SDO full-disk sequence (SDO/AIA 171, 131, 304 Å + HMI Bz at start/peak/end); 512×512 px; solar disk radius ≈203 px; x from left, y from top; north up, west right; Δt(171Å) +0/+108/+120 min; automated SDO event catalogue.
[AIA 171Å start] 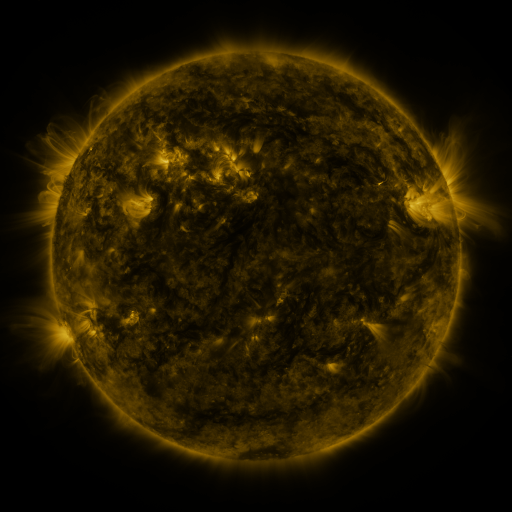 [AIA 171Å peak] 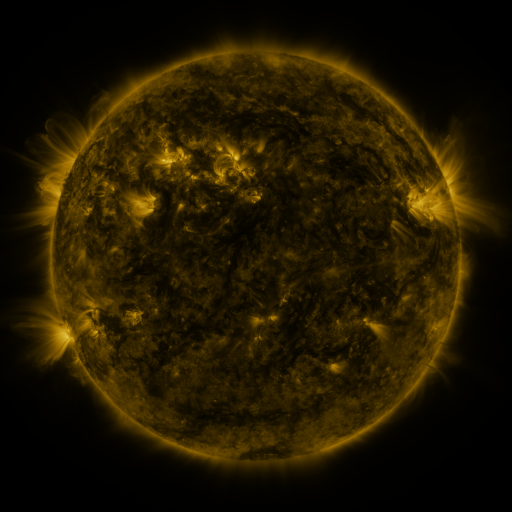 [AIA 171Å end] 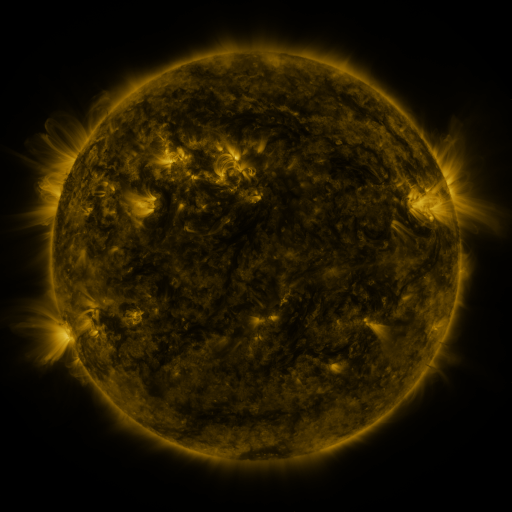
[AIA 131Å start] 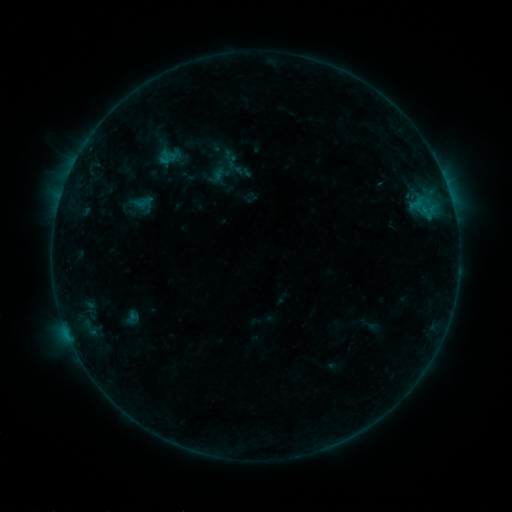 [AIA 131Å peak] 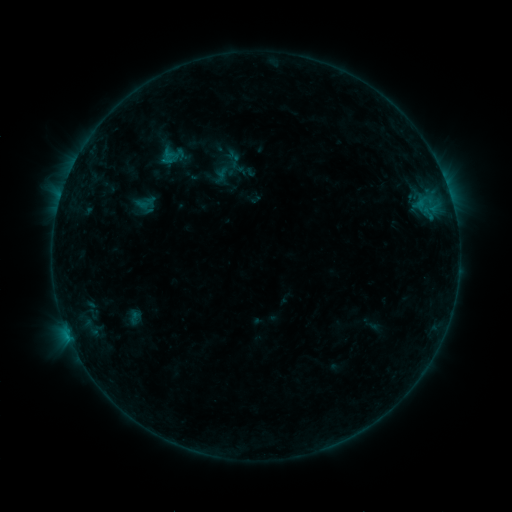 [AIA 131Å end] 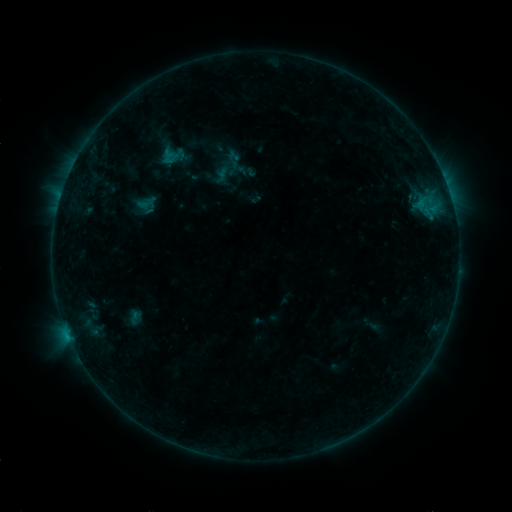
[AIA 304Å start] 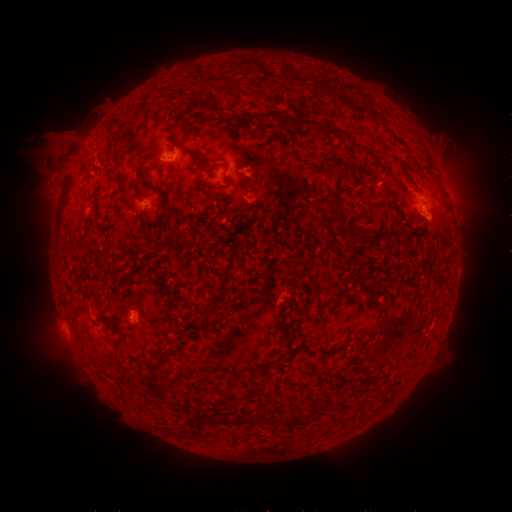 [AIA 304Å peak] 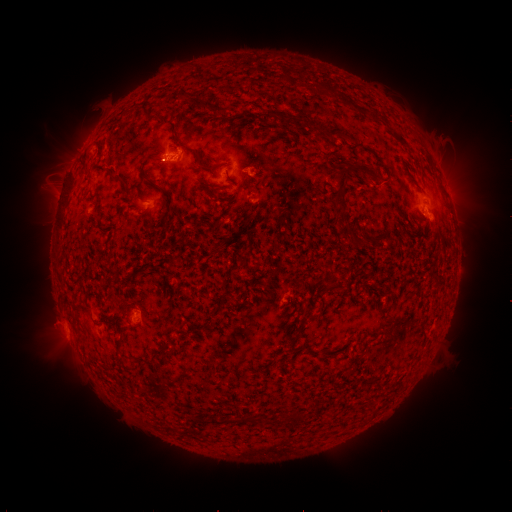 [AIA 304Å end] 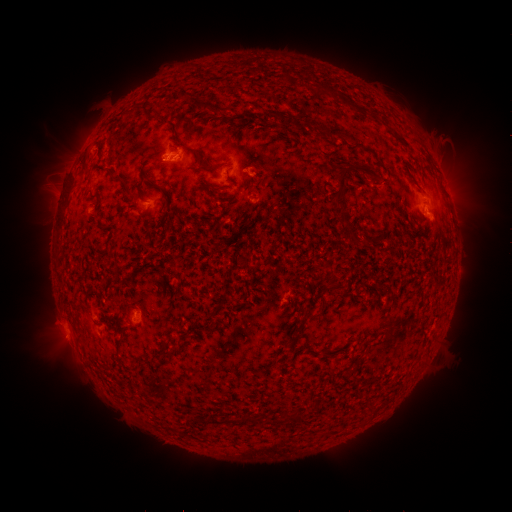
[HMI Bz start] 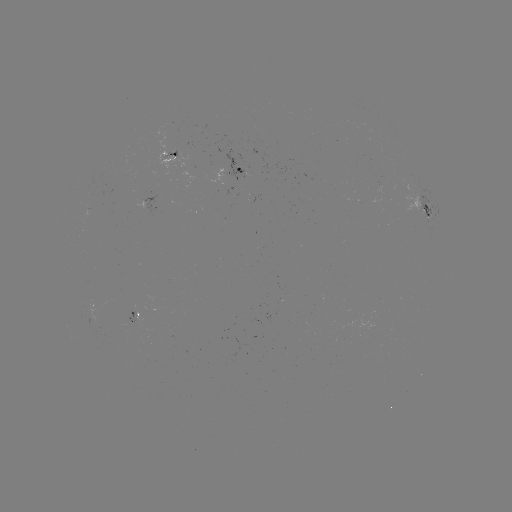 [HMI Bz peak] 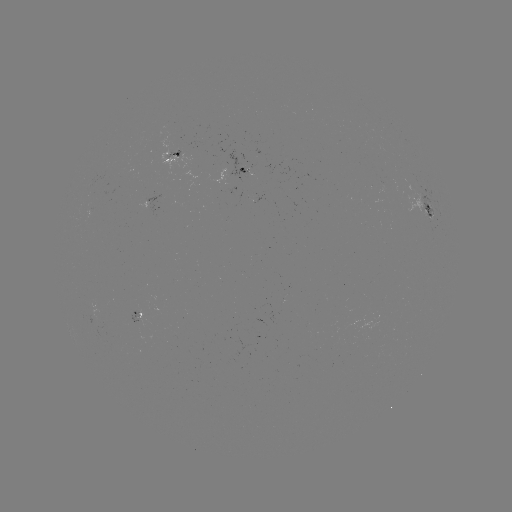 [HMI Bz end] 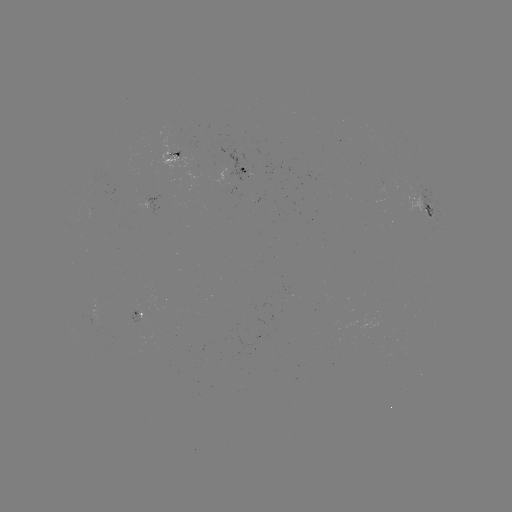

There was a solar emerging-flux region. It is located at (239, 168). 